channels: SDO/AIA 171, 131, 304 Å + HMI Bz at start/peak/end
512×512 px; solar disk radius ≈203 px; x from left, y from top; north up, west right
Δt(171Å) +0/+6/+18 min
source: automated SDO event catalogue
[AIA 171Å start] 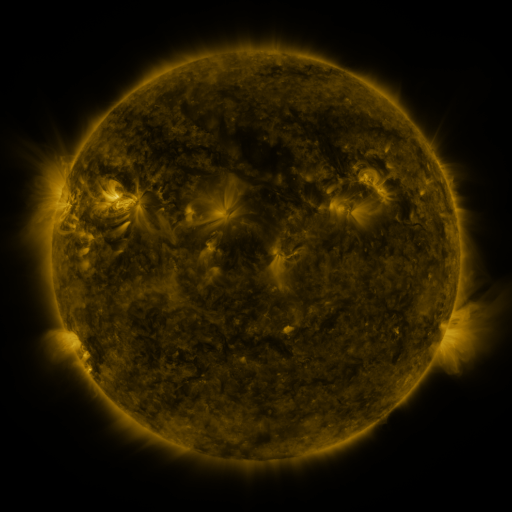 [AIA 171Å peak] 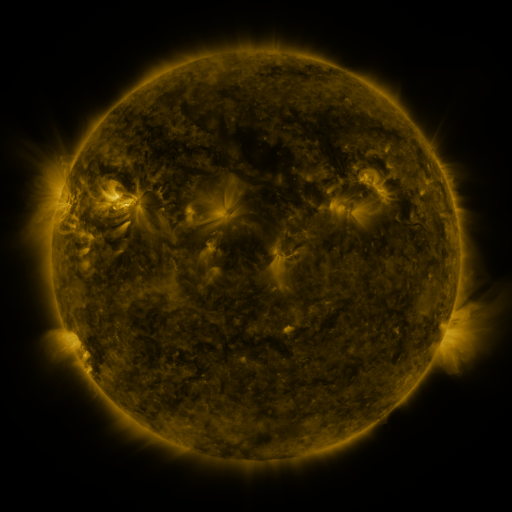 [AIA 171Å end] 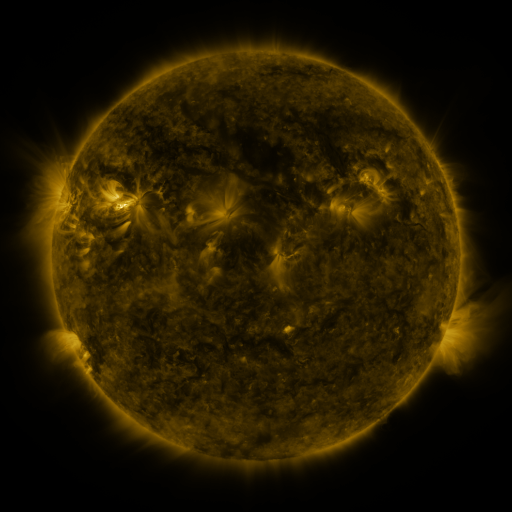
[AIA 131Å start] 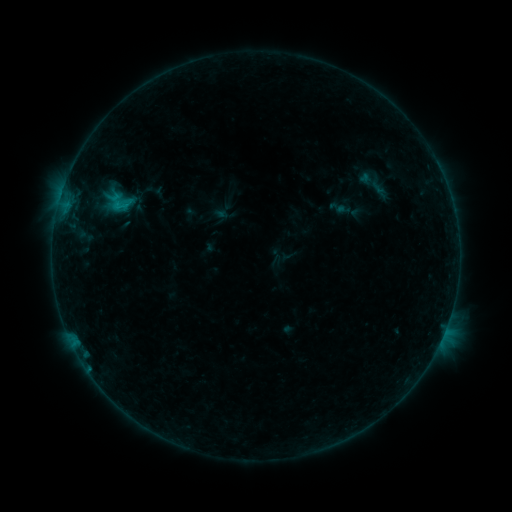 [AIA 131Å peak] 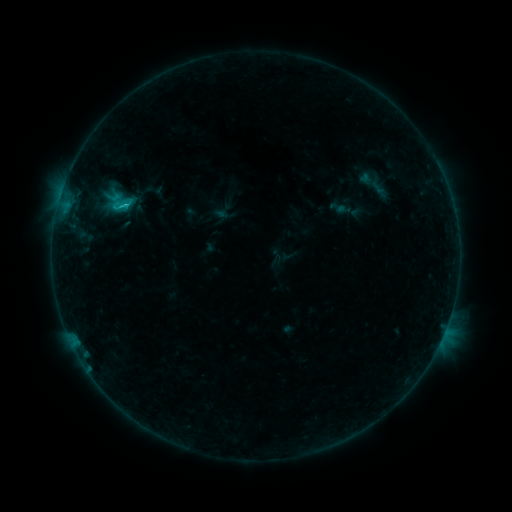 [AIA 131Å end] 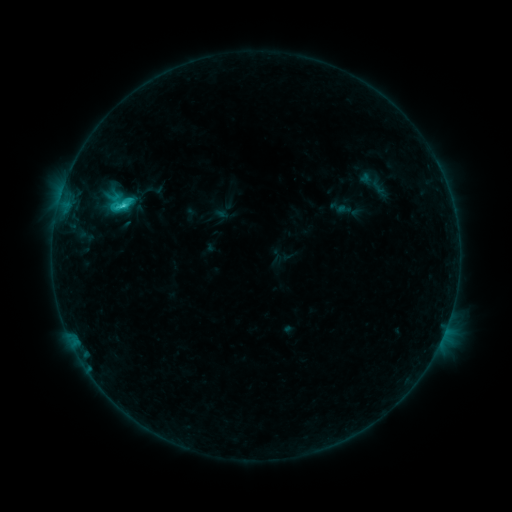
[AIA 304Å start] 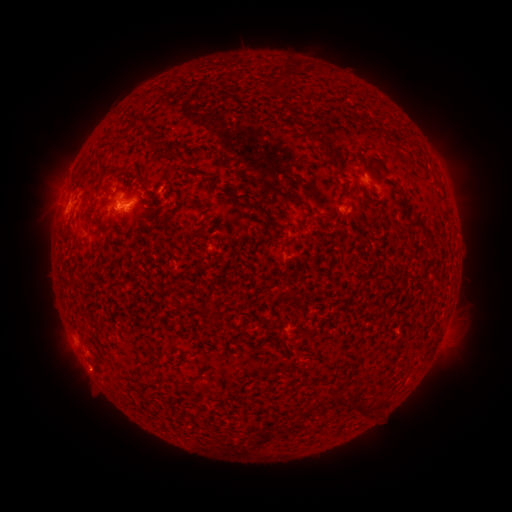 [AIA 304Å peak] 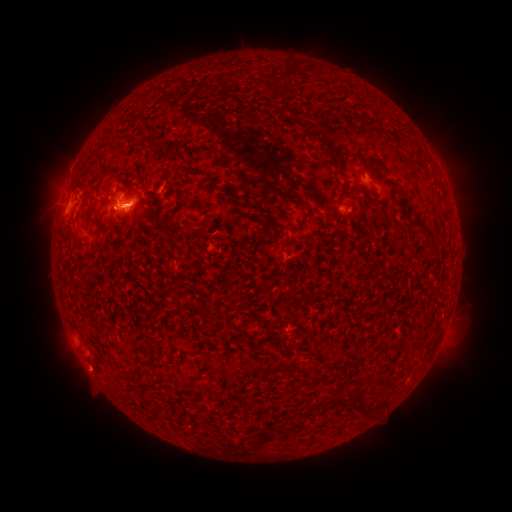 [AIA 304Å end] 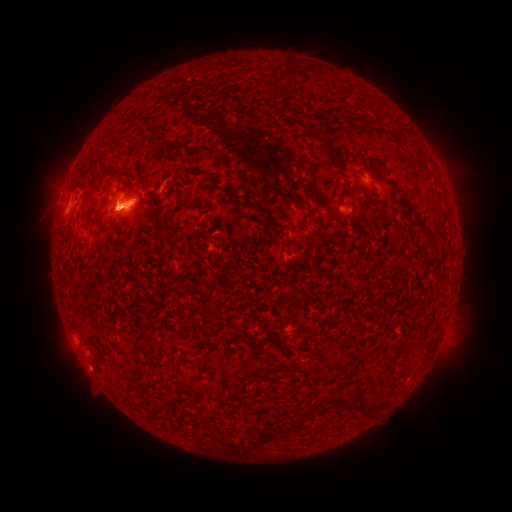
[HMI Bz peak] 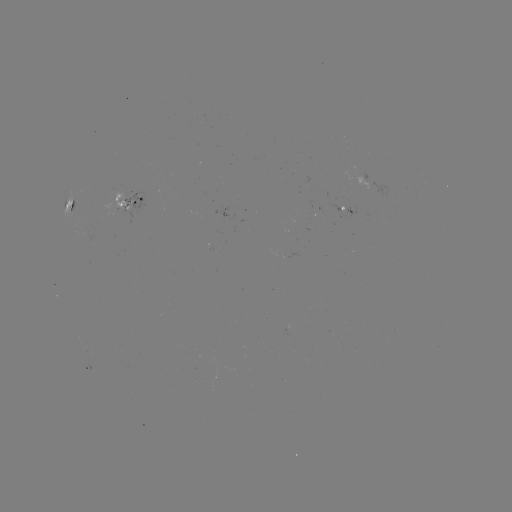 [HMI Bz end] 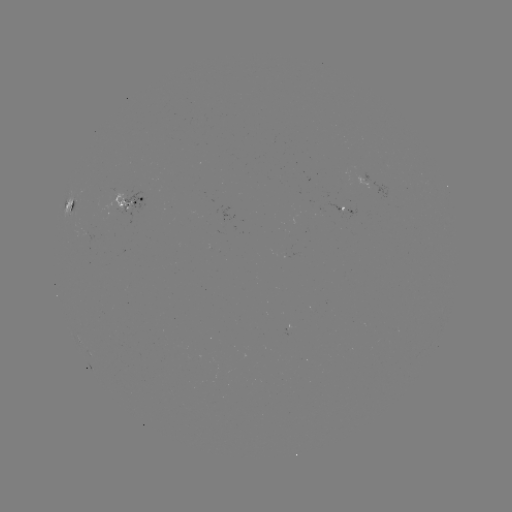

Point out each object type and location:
C3.0 flare: (128, 206)
